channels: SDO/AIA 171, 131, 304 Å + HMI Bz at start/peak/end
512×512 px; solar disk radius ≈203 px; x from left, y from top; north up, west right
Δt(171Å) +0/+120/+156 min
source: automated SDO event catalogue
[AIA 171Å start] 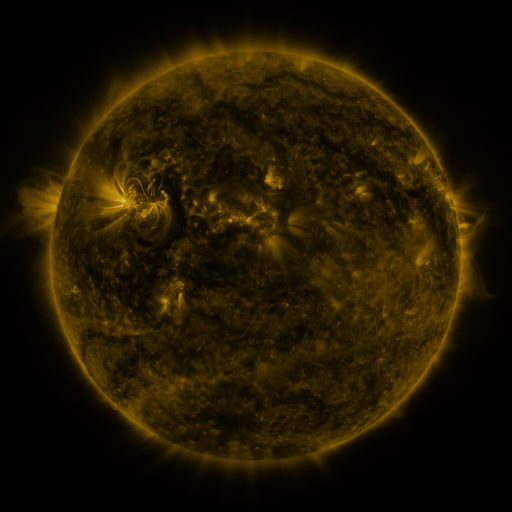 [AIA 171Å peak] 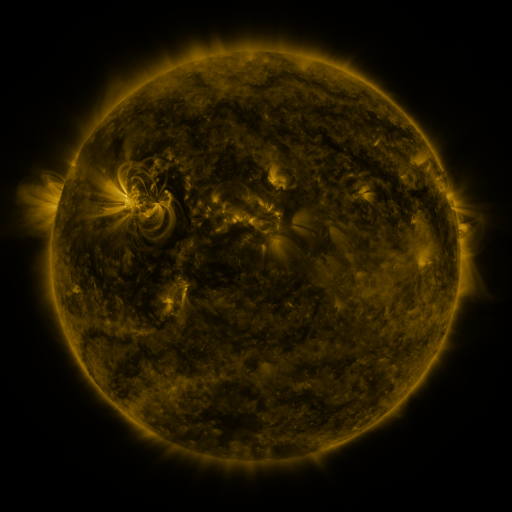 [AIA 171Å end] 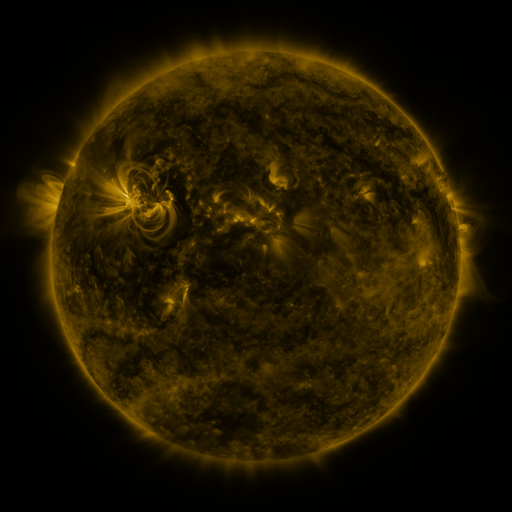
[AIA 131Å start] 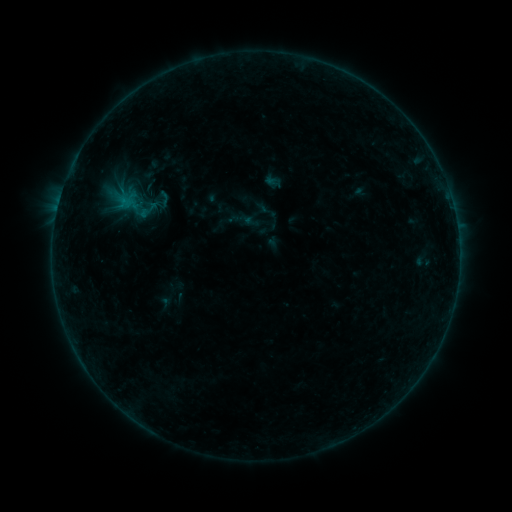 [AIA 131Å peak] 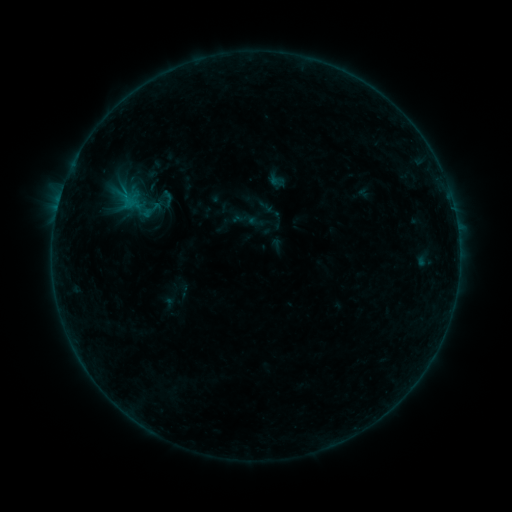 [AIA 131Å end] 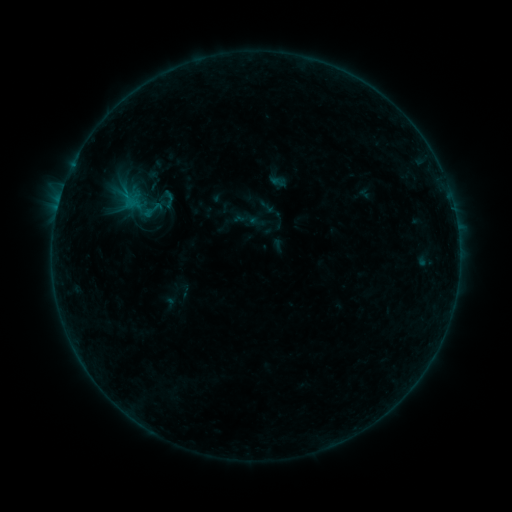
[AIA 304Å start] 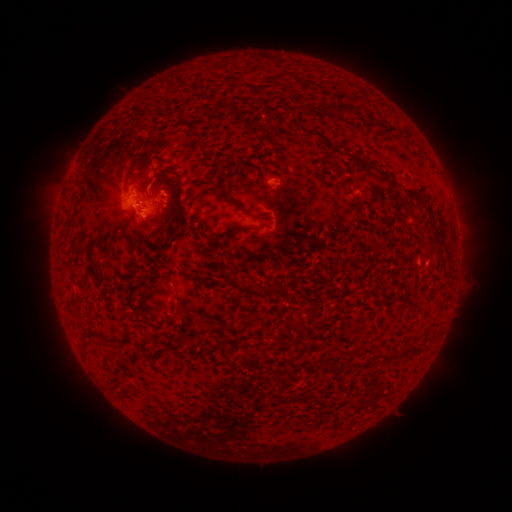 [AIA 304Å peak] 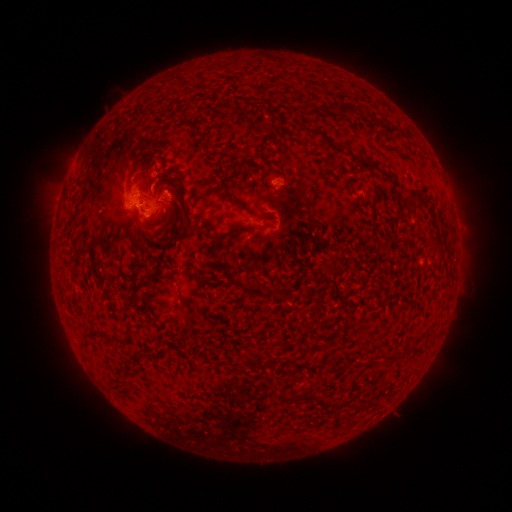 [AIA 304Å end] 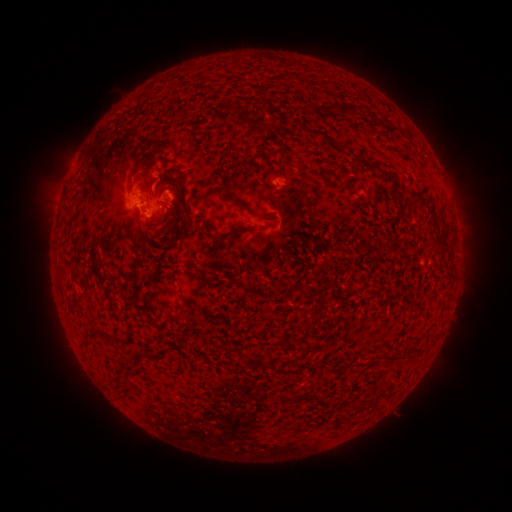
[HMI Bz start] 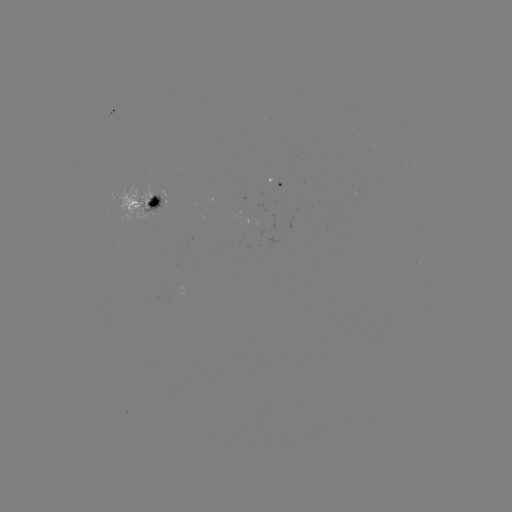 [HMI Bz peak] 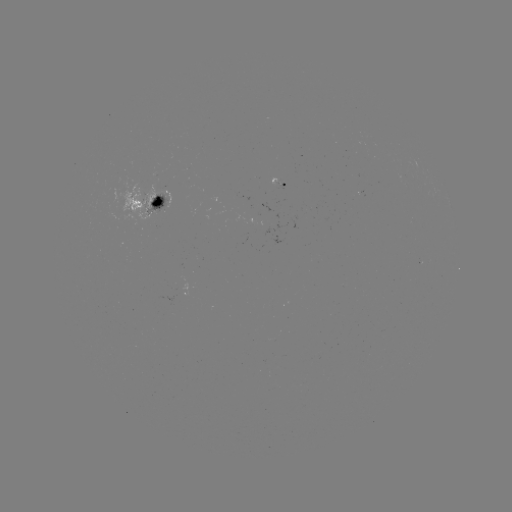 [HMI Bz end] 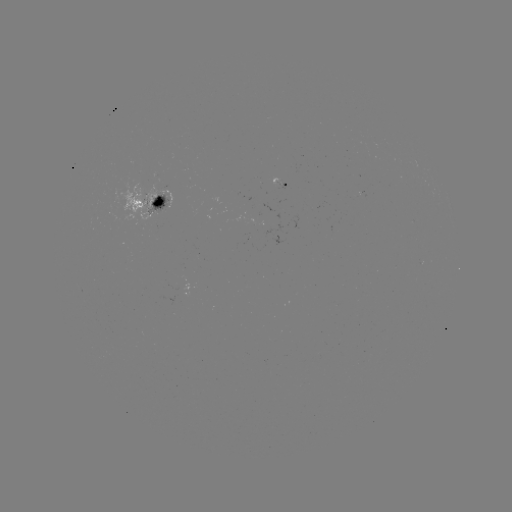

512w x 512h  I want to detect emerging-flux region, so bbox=[271, 177, 281, 184].